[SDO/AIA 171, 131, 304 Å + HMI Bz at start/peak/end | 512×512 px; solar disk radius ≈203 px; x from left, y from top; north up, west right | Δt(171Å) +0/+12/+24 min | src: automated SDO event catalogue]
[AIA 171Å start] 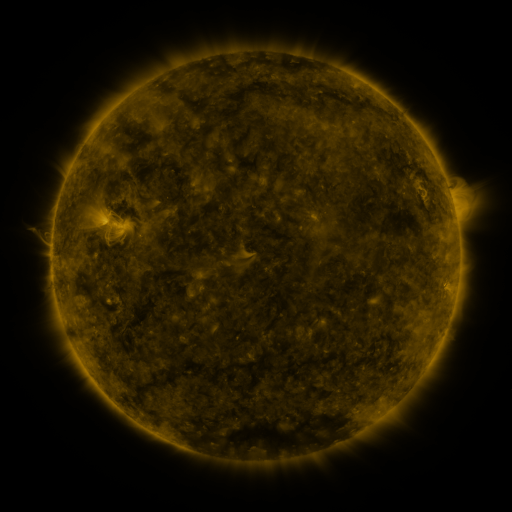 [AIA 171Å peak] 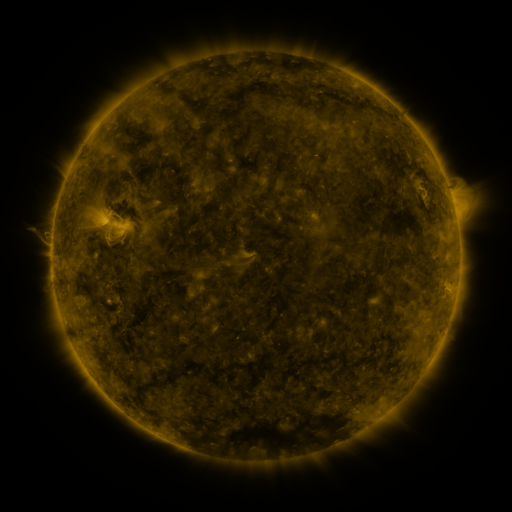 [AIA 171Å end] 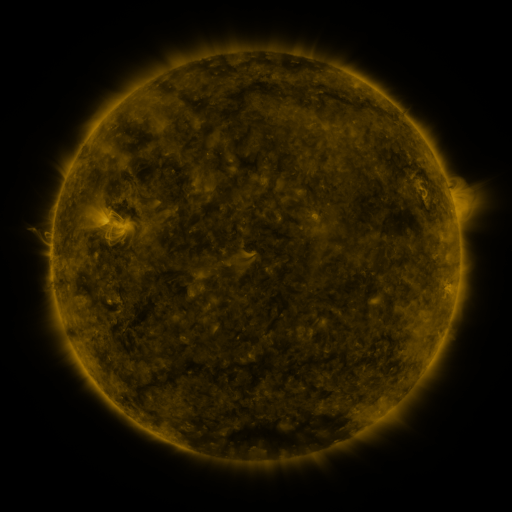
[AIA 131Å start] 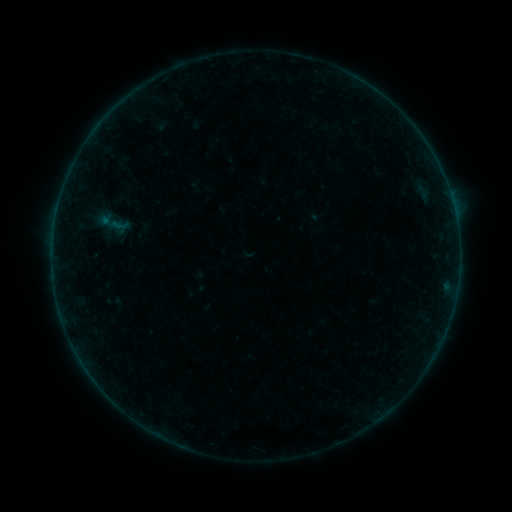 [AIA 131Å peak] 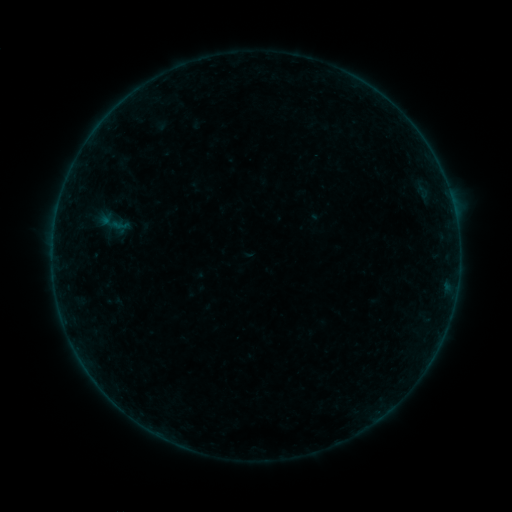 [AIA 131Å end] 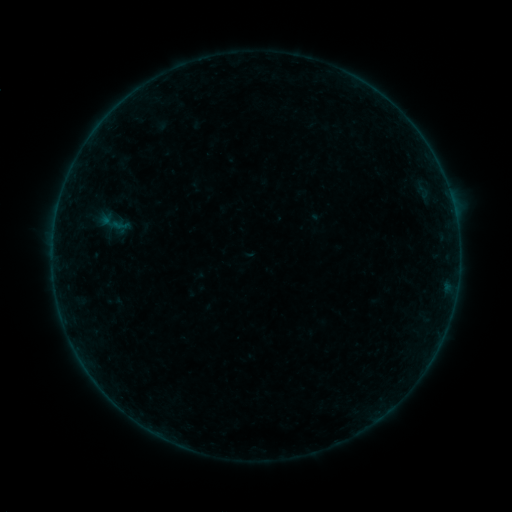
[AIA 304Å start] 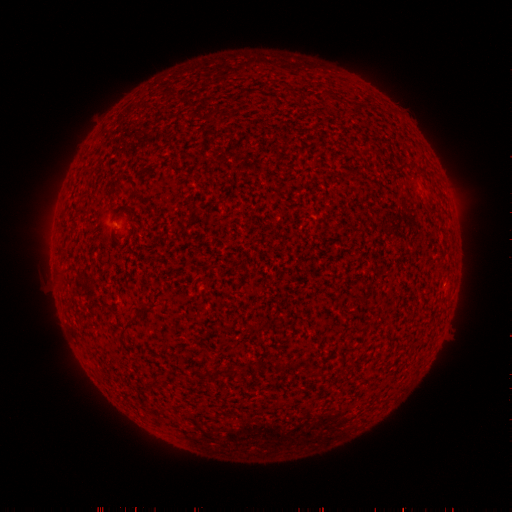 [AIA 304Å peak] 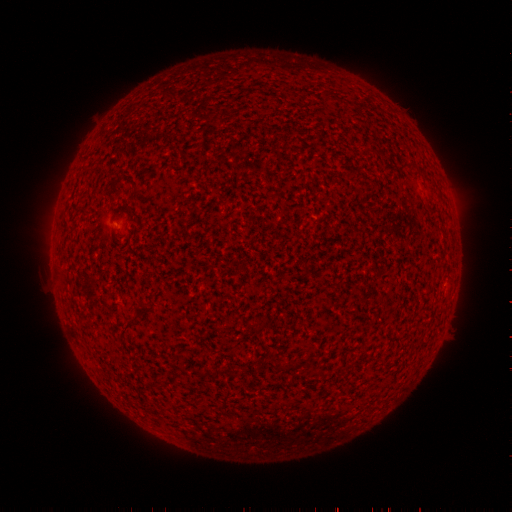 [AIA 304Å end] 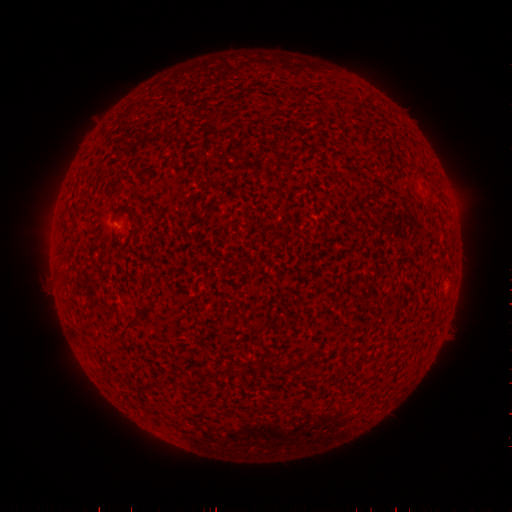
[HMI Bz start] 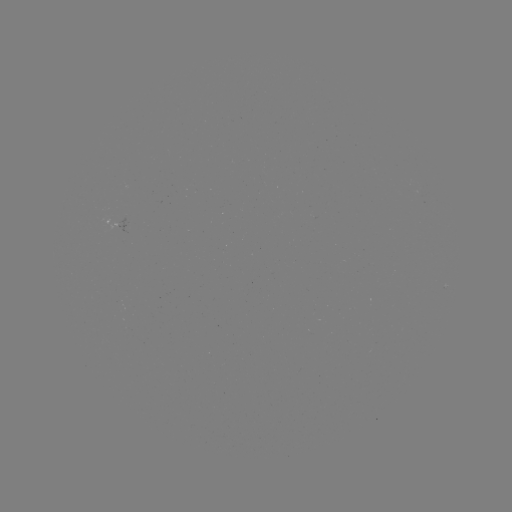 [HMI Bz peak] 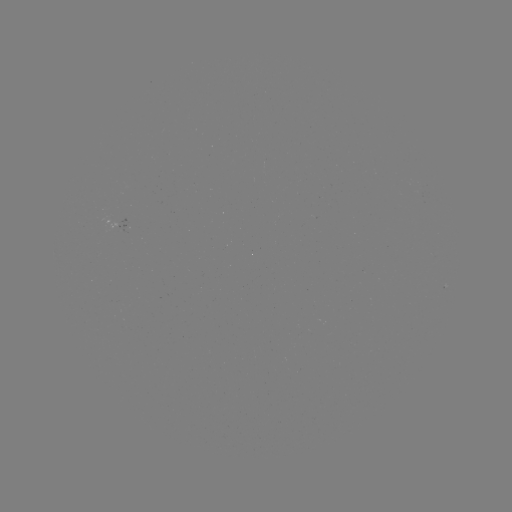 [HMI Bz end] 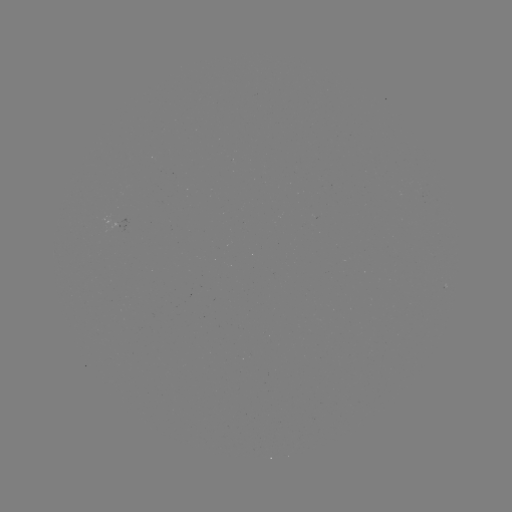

no classed flare was catalogued and no EUV brightening was flagged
